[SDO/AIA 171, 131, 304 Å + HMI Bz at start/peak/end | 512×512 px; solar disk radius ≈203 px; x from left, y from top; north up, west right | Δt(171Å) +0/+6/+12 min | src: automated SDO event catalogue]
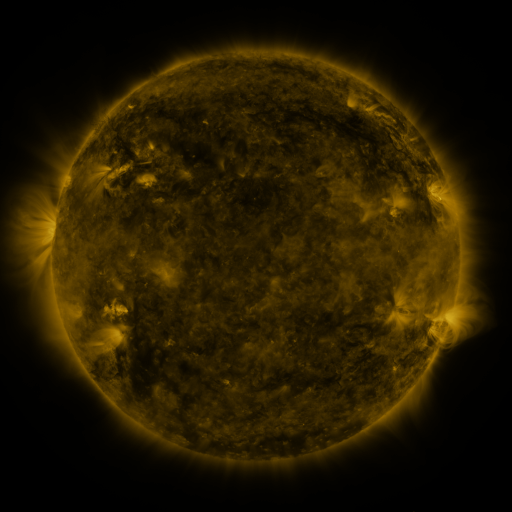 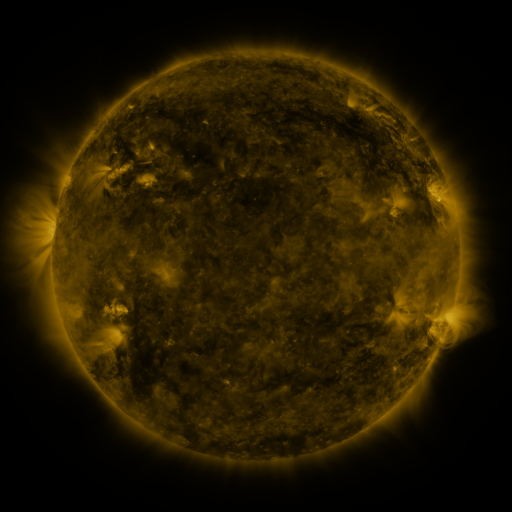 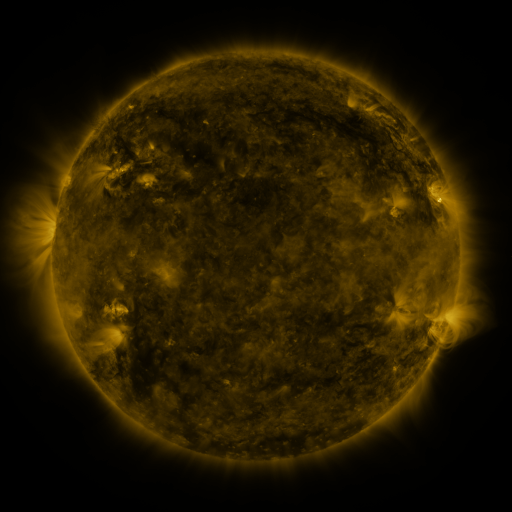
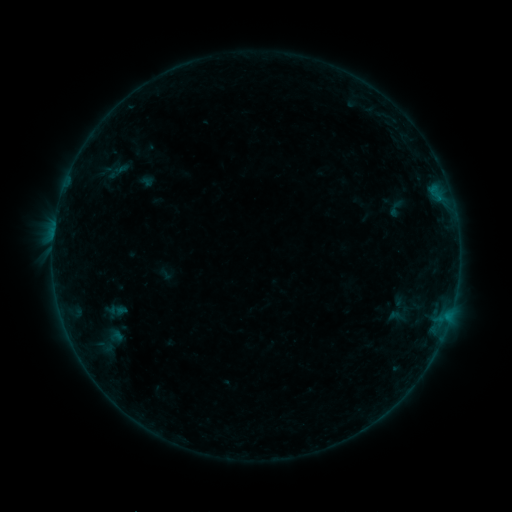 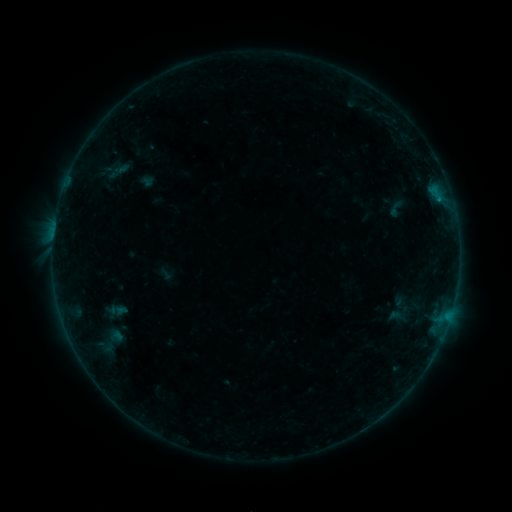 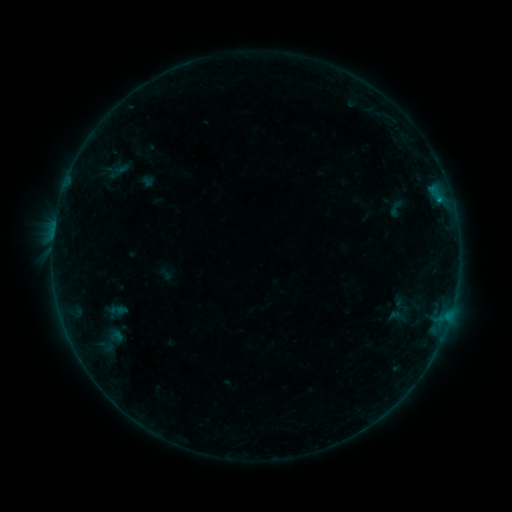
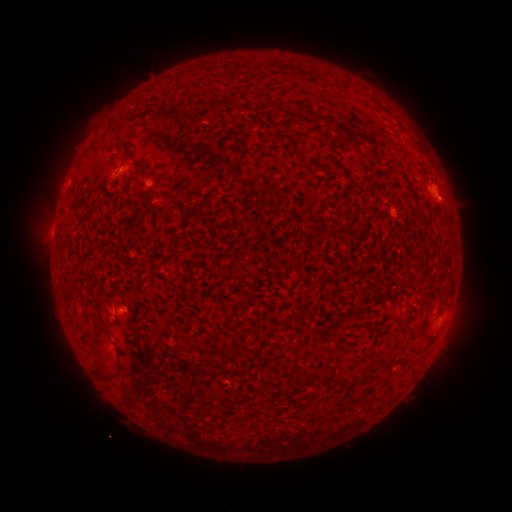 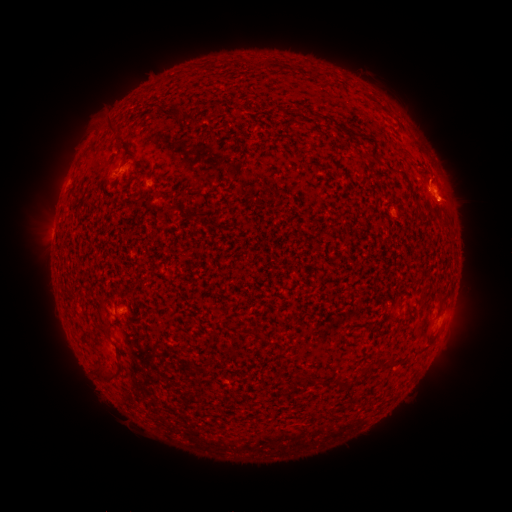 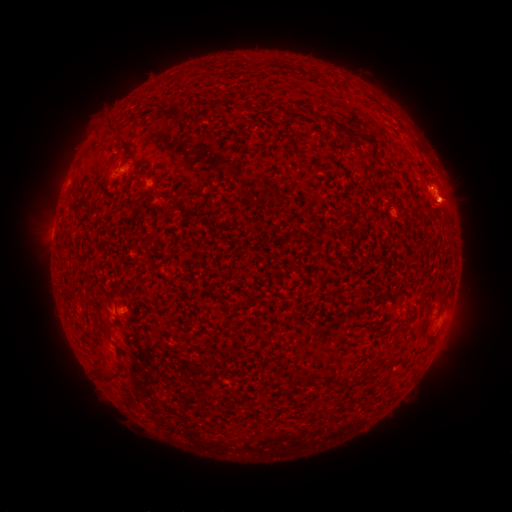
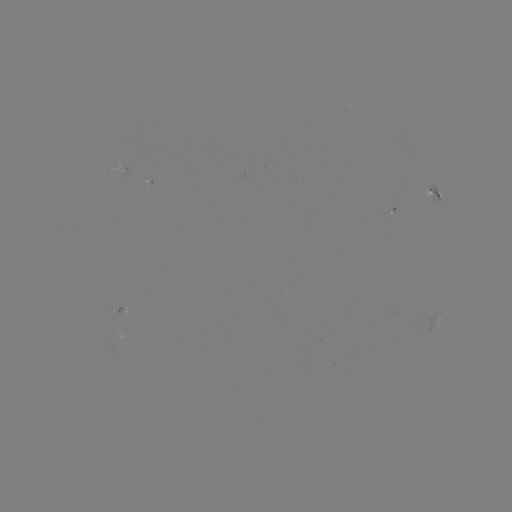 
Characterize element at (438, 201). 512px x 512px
B1.9 flare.